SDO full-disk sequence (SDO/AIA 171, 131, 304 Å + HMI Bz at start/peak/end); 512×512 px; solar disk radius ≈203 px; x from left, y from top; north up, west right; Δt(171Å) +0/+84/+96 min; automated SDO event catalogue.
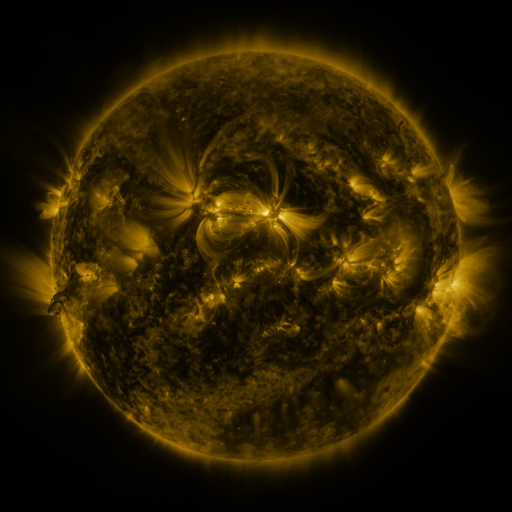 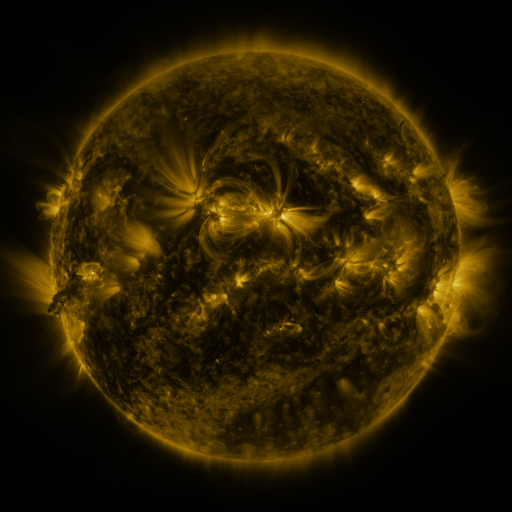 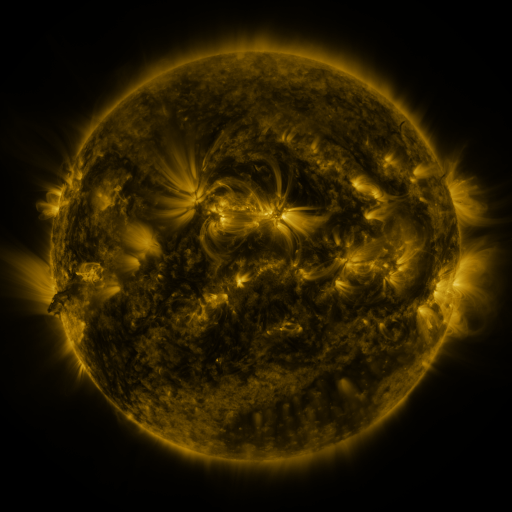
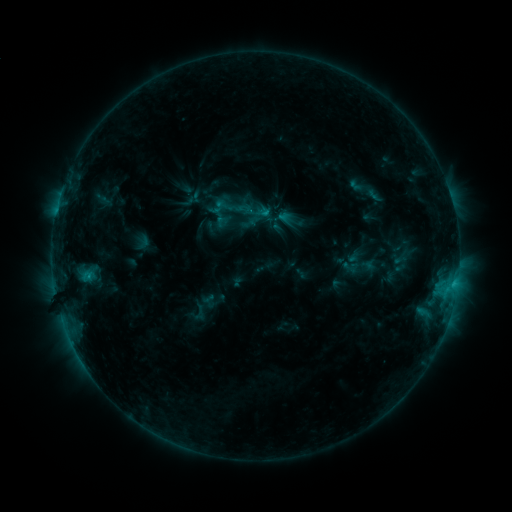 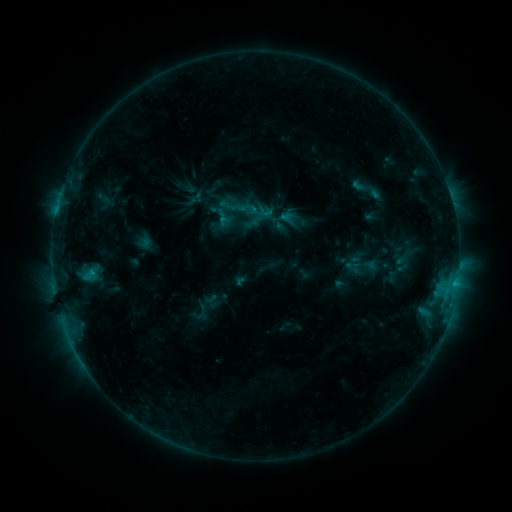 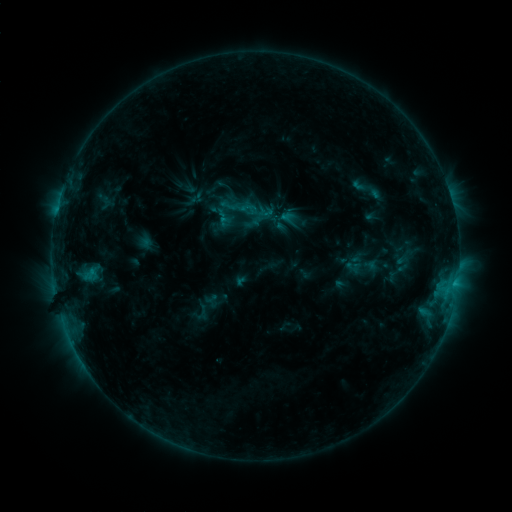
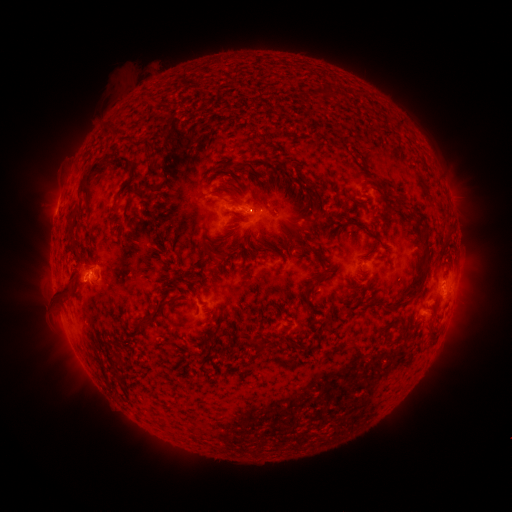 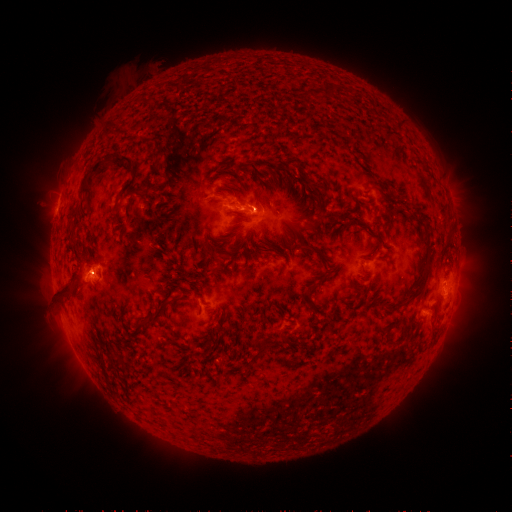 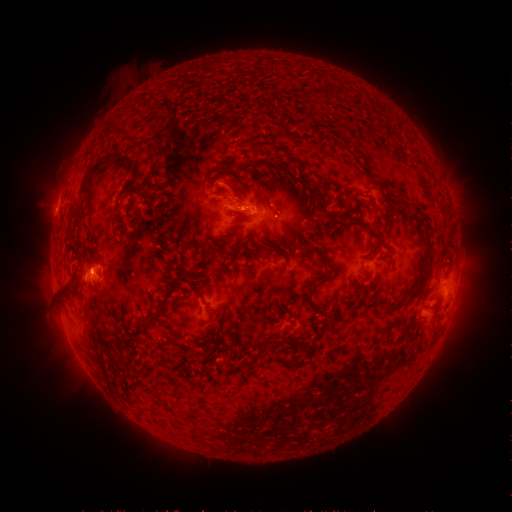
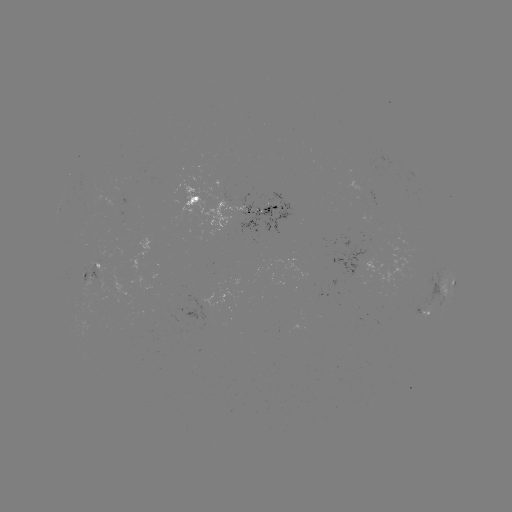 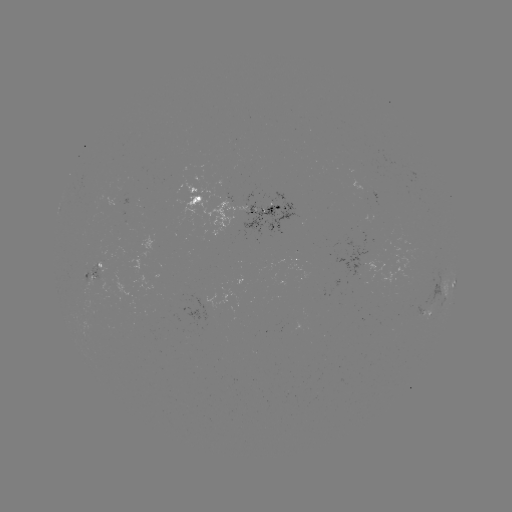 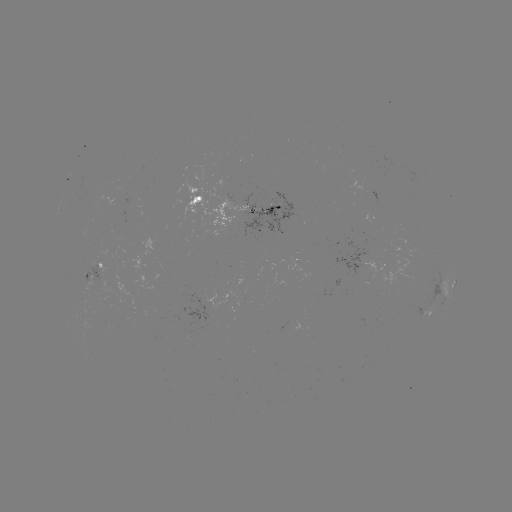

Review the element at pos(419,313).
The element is emerging-flux region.